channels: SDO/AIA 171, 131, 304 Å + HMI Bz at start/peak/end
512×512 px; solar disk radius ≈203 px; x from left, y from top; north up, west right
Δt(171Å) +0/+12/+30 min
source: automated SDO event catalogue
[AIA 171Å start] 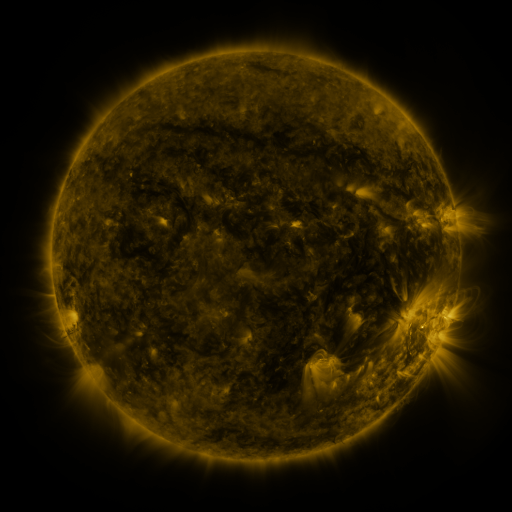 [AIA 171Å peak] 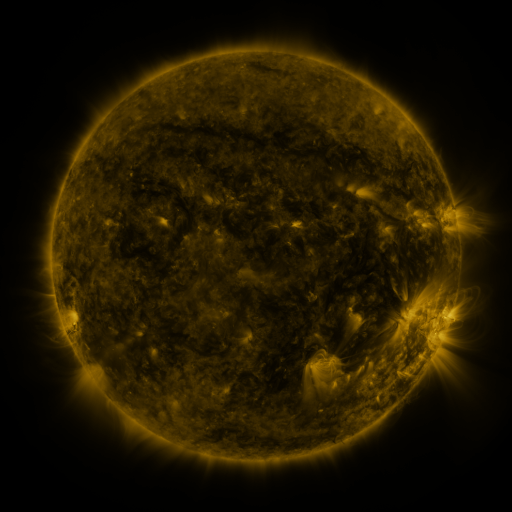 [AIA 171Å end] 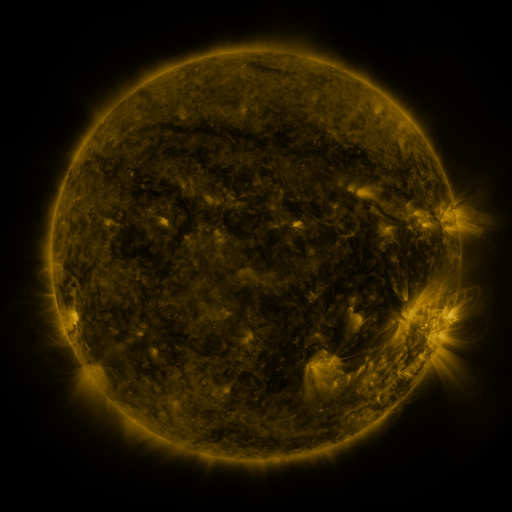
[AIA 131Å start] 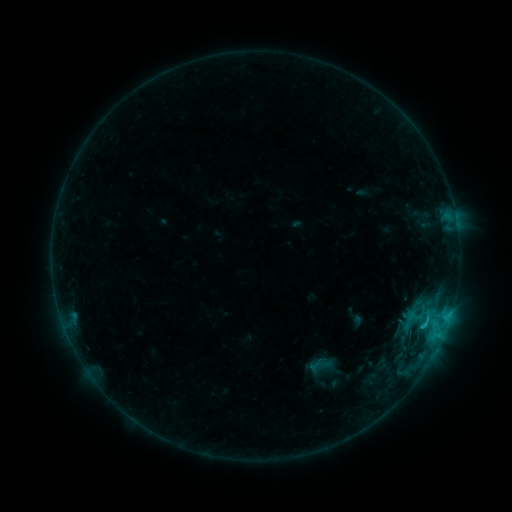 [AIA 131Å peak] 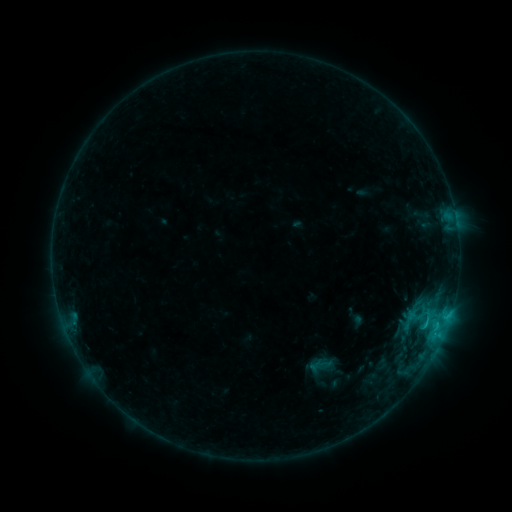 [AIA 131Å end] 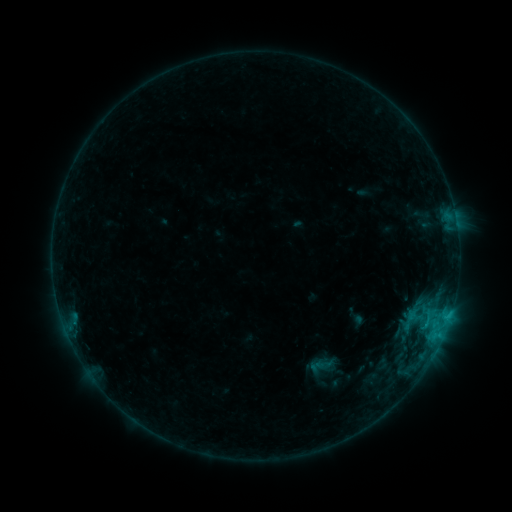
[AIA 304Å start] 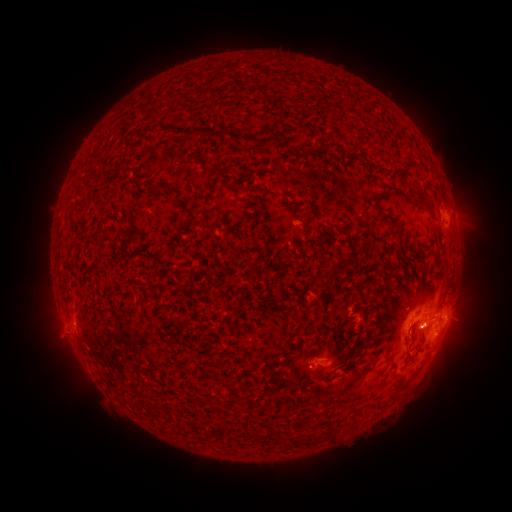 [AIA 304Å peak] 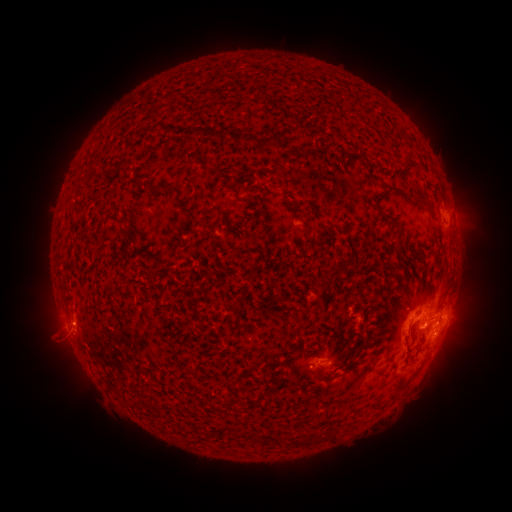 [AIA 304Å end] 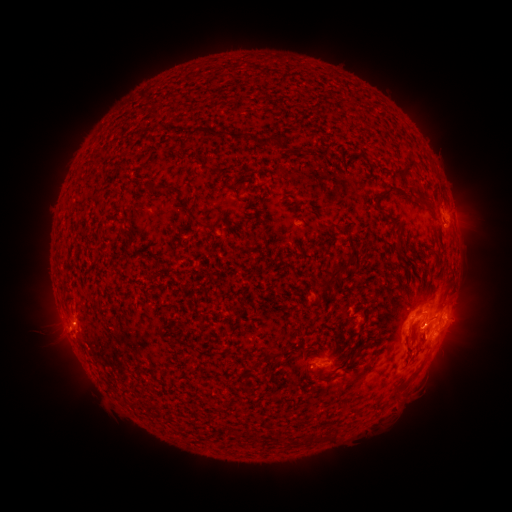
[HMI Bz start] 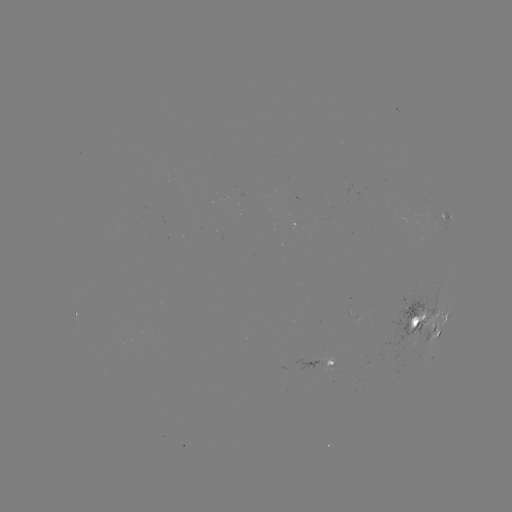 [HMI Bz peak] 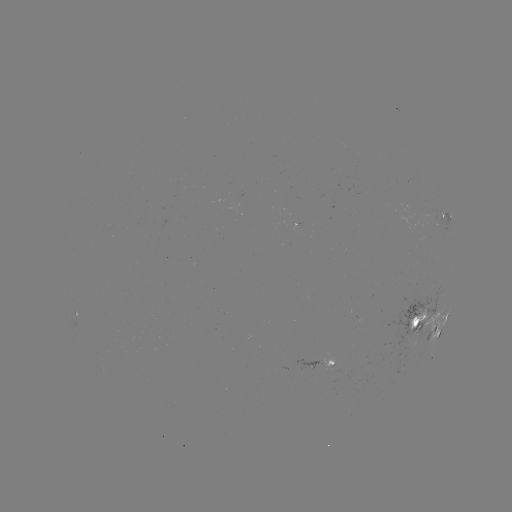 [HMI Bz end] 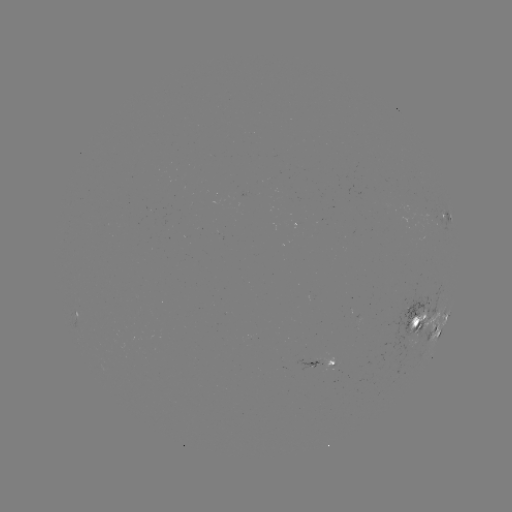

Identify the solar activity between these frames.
eruption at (49, 338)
